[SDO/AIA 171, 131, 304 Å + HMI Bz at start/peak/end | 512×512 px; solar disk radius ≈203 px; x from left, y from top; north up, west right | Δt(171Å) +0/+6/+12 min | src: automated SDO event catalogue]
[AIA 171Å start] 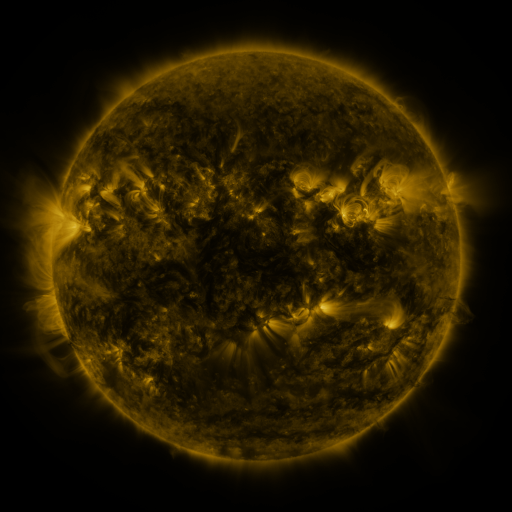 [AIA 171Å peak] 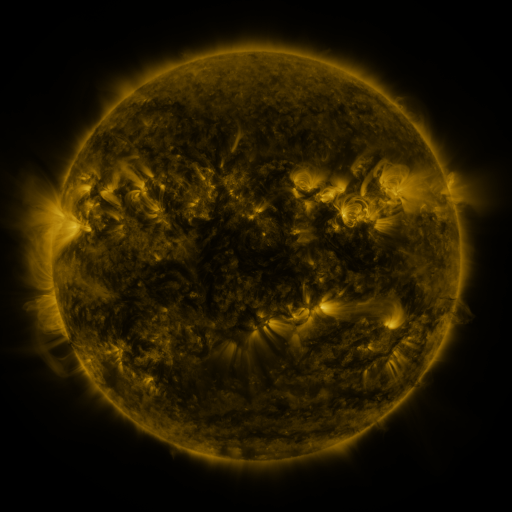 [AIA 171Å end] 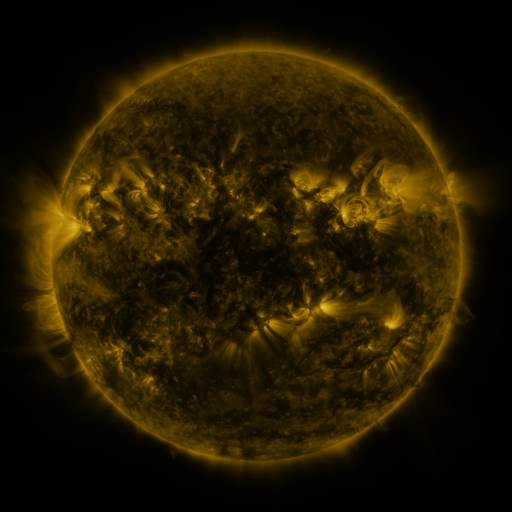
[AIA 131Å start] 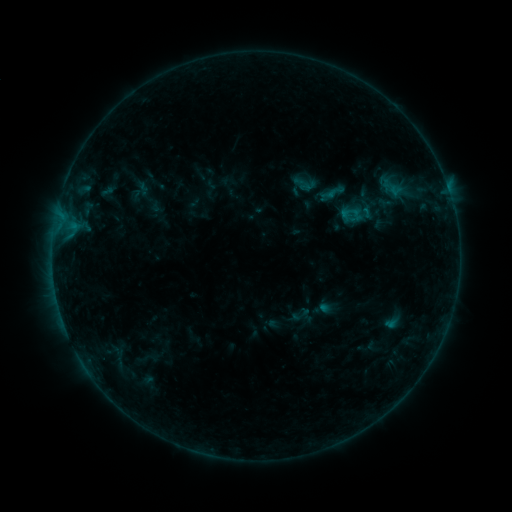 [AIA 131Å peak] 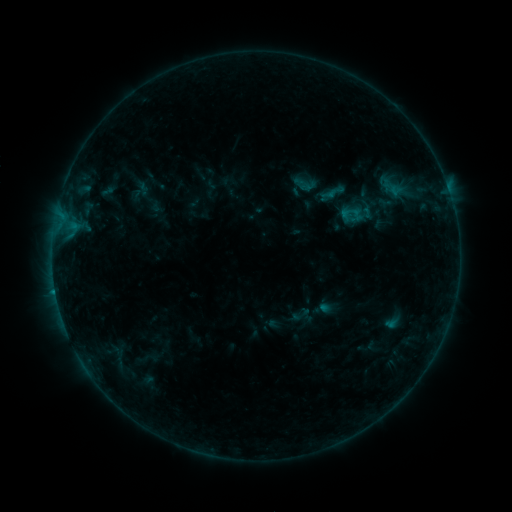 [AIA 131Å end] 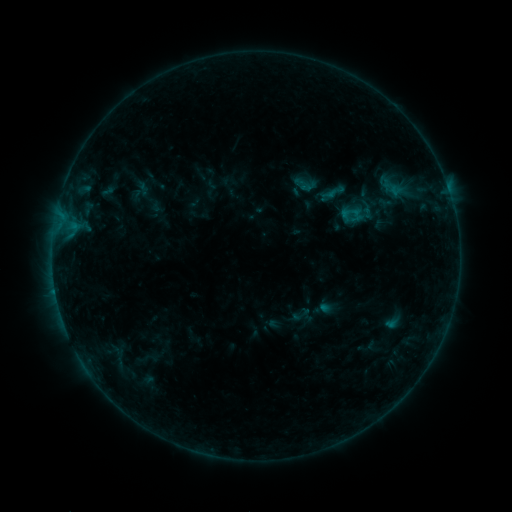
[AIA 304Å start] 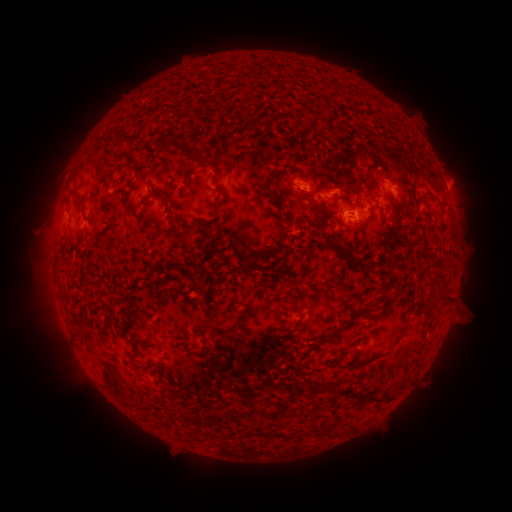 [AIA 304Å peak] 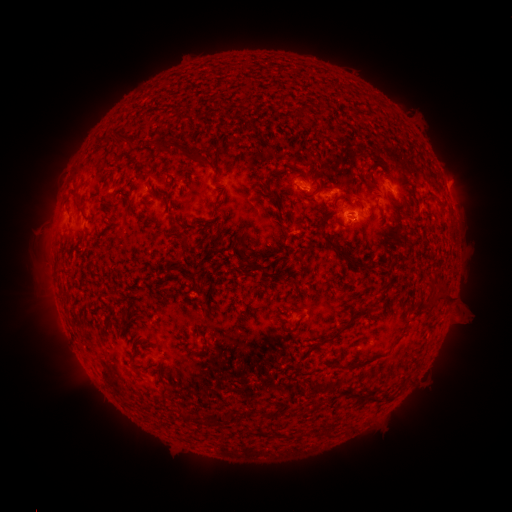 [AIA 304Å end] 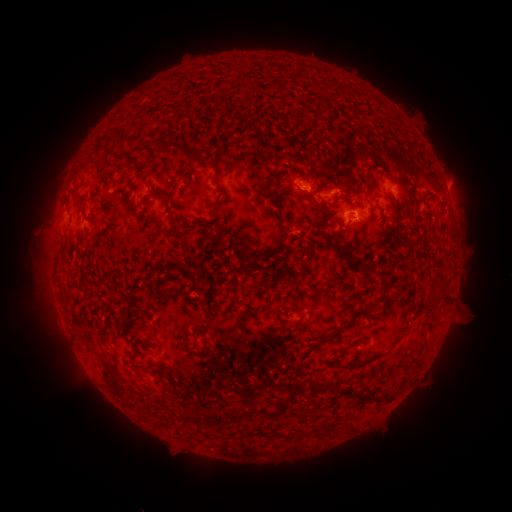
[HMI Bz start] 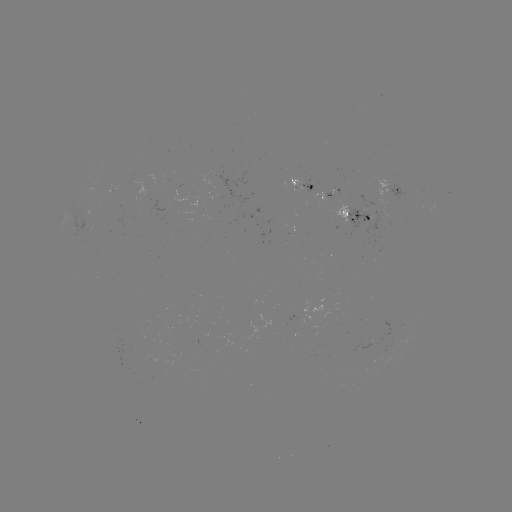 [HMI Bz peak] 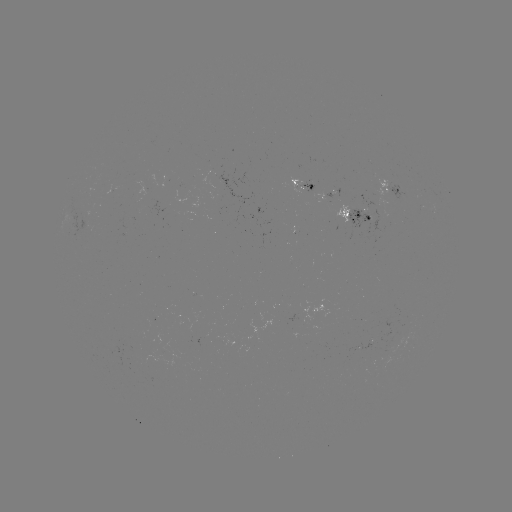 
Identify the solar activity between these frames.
B5.0 flare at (55, 291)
